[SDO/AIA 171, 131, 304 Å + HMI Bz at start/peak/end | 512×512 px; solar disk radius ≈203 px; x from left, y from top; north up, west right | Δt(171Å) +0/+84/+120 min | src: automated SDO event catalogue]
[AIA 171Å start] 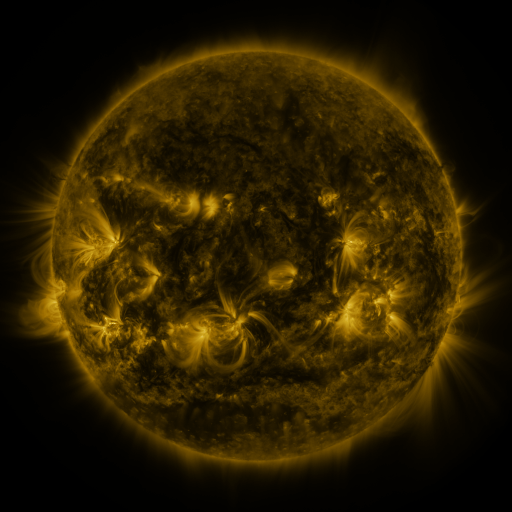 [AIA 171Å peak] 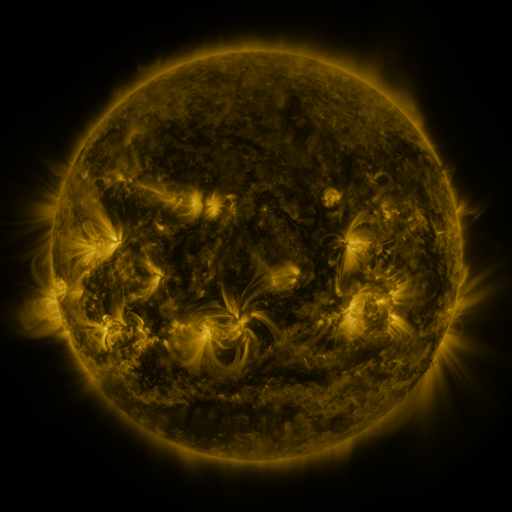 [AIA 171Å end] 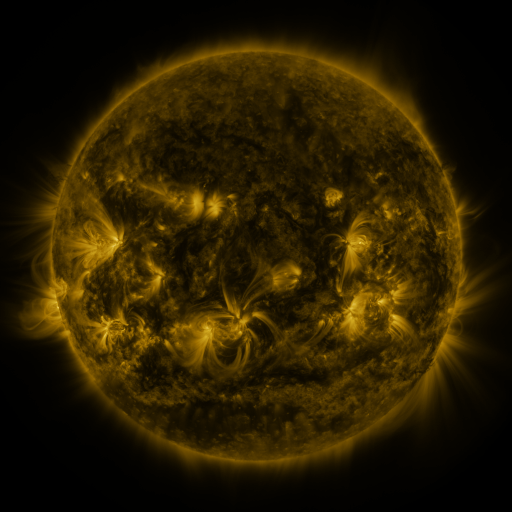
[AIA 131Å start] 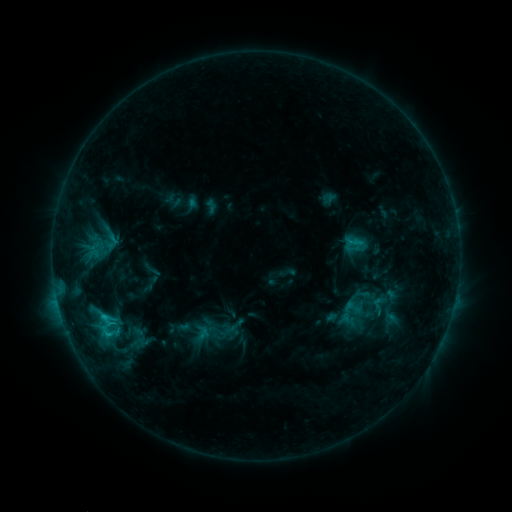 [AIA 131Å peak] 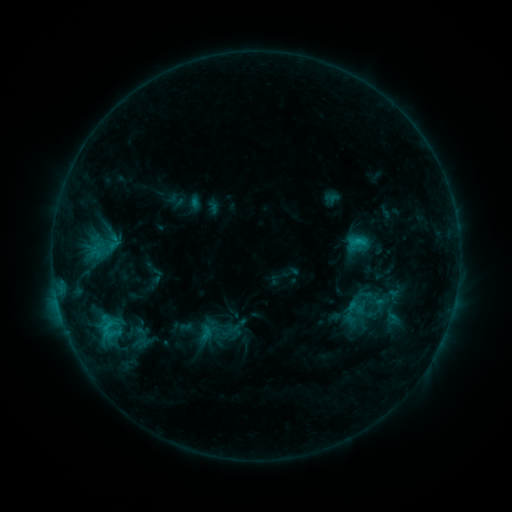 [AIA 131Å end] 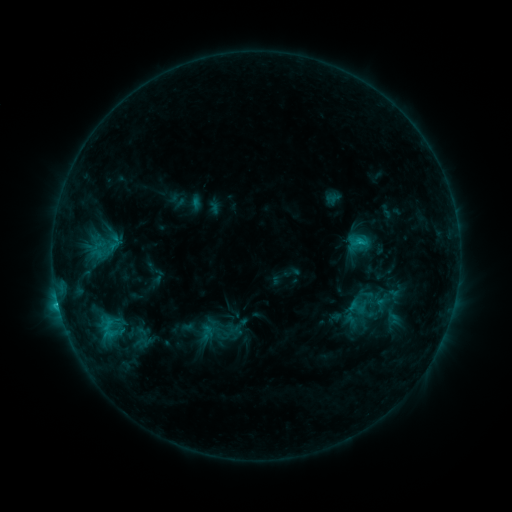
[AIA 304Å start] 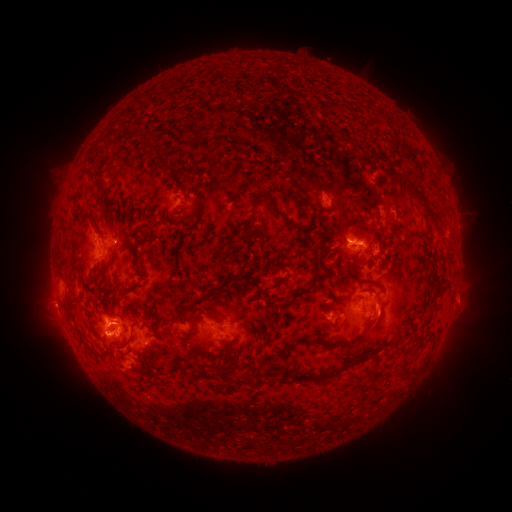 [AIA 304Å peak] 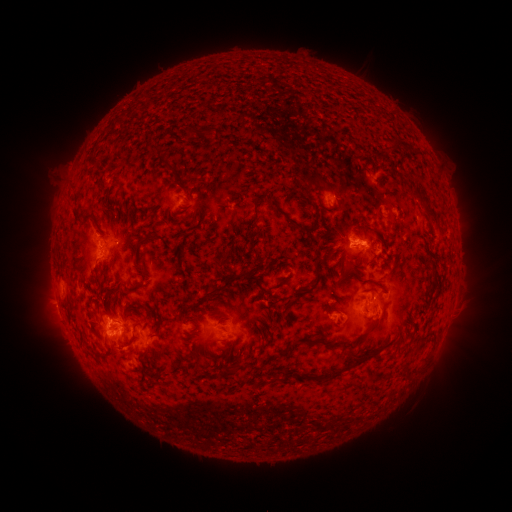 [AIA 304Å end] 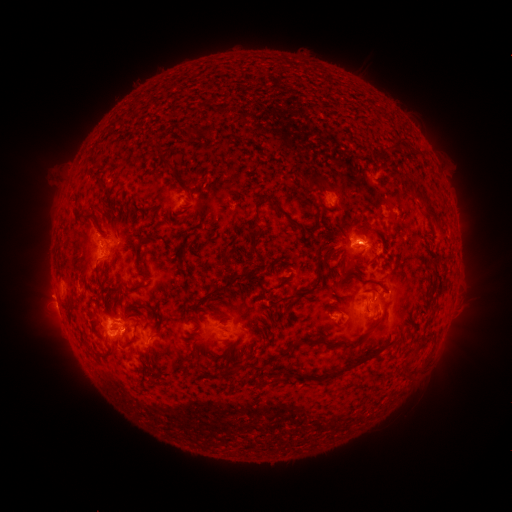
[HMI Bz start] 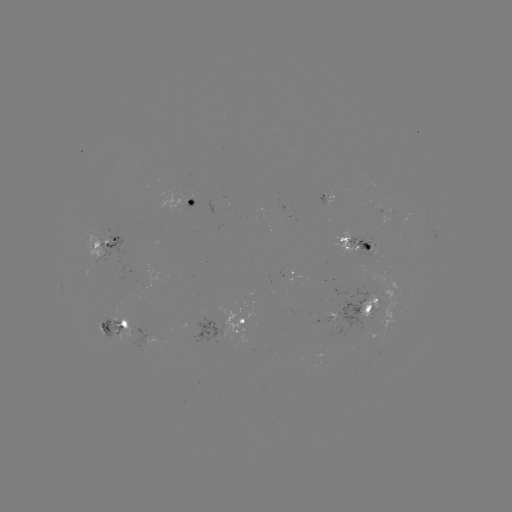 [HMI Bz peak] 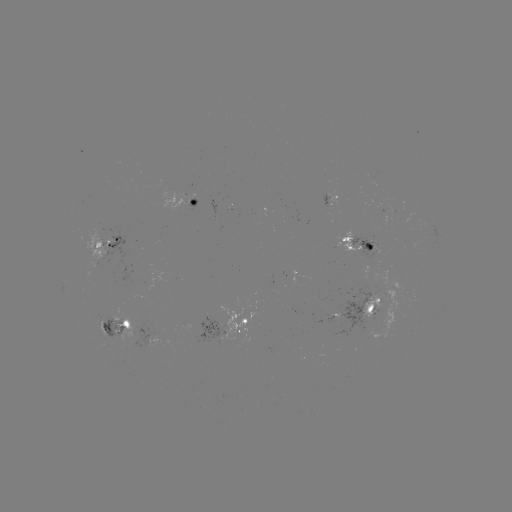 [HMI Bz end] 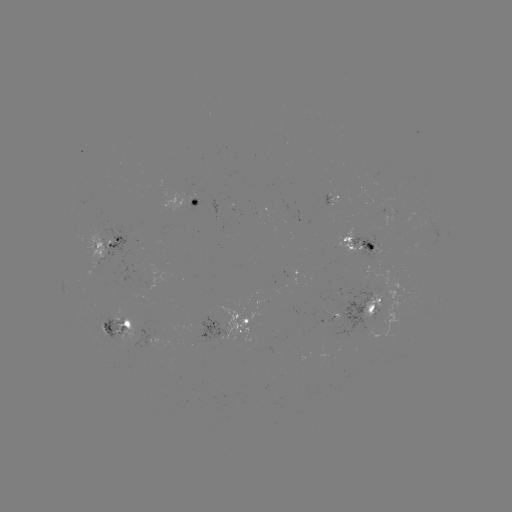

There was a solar emerging-flux region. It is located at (342, 307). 